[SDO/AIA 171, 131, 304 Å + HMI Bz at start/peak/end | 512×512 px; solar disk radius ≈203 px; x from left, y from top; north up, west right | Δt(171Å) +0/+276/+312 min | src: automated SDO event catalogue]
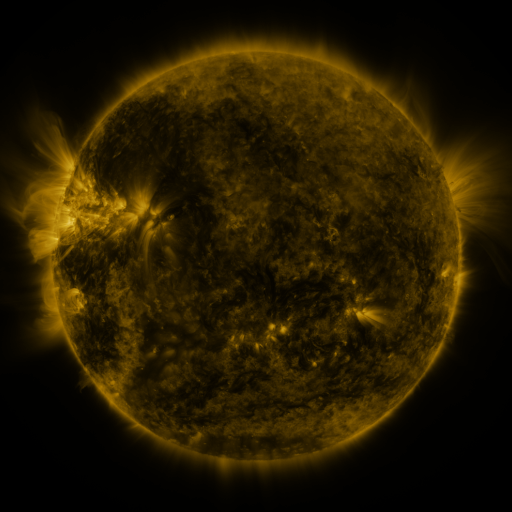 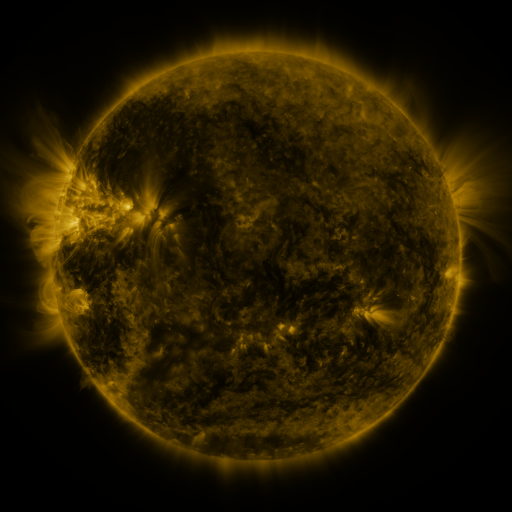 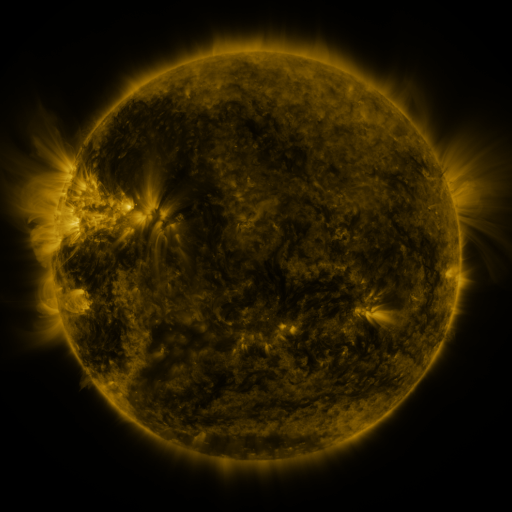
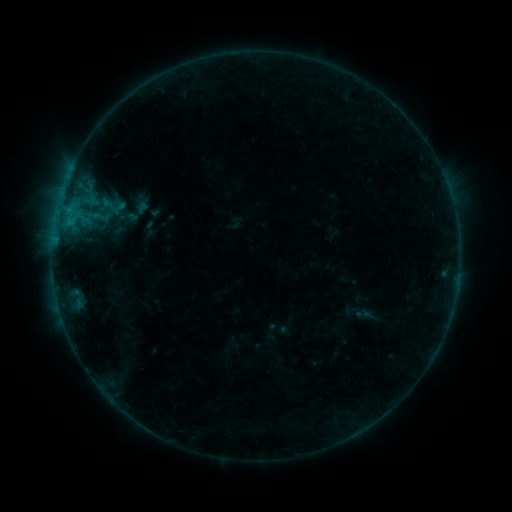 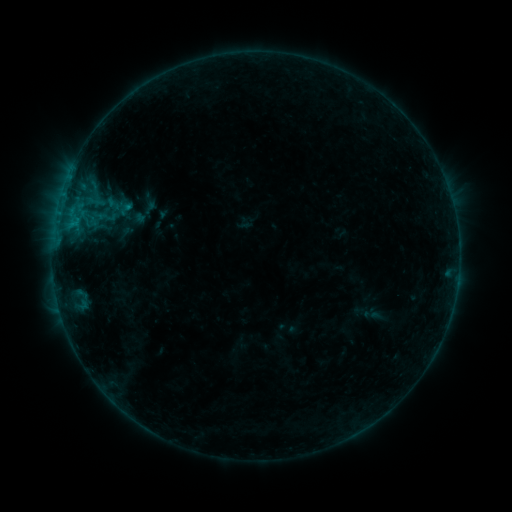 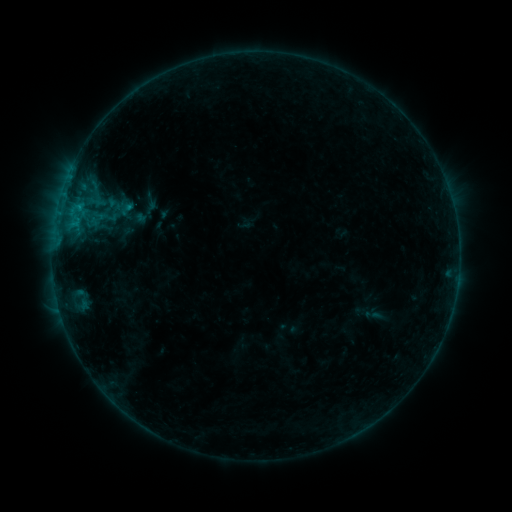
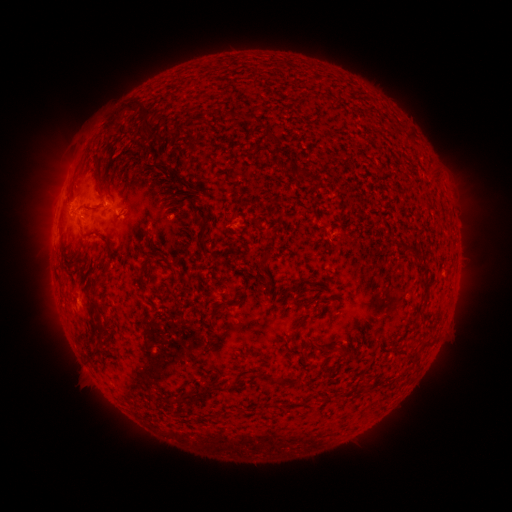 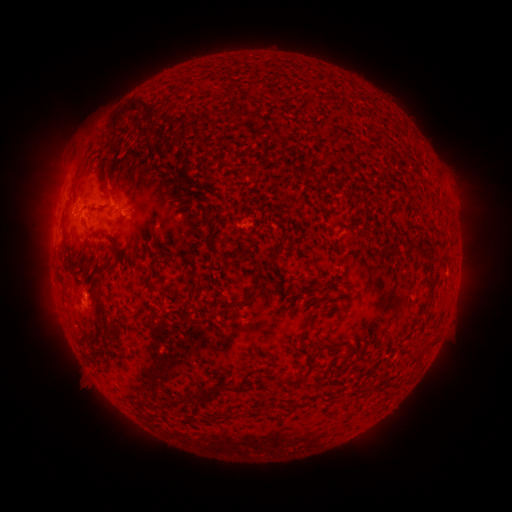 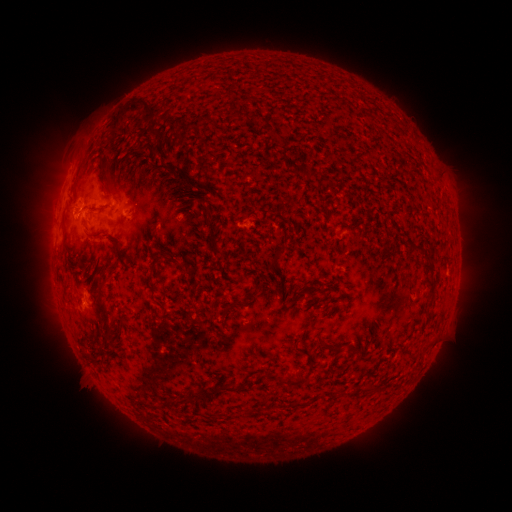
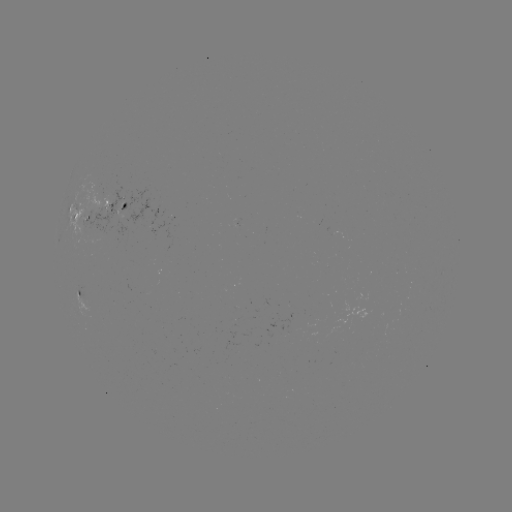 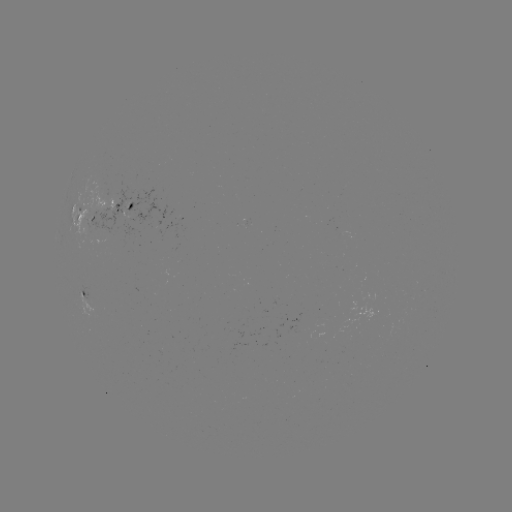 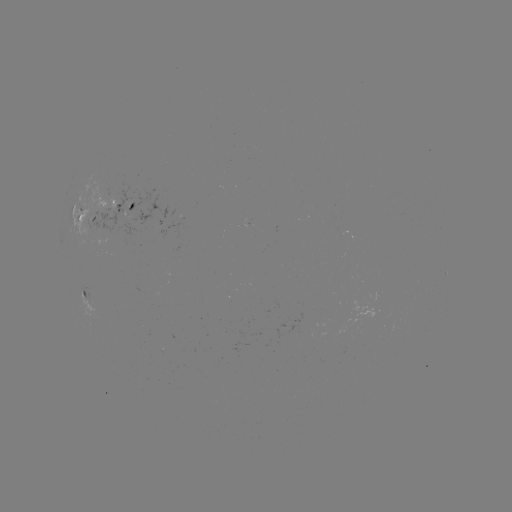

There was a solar emerging-flux region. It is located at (88, 298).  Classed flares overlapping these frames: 1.